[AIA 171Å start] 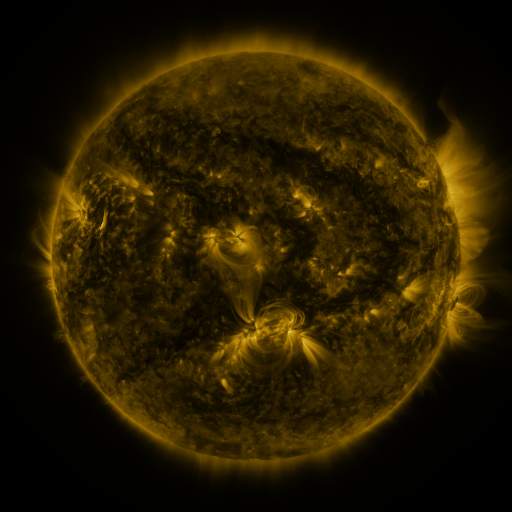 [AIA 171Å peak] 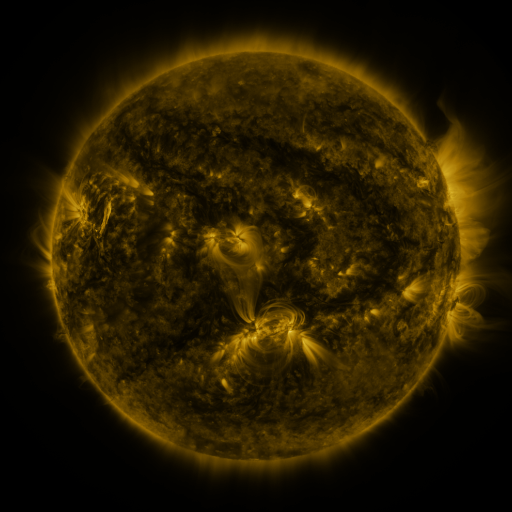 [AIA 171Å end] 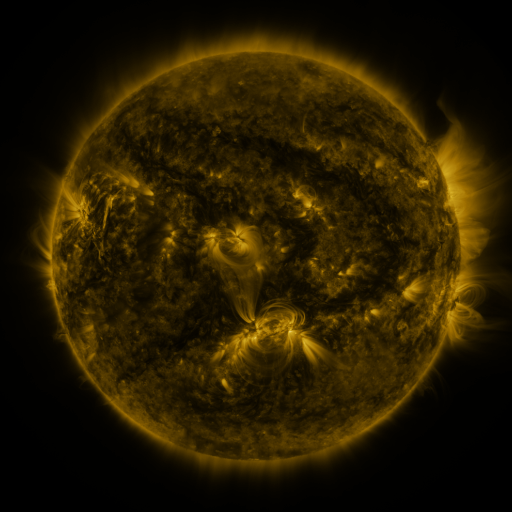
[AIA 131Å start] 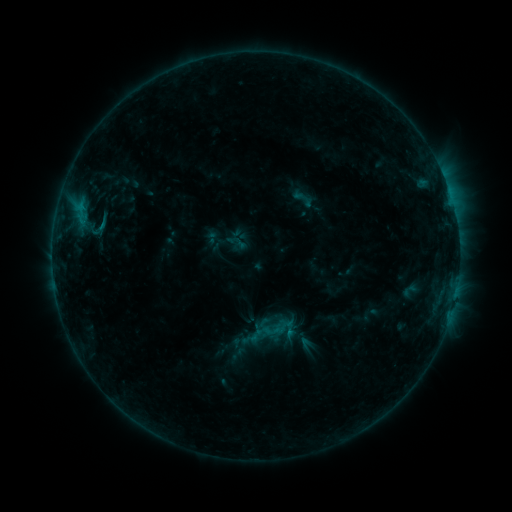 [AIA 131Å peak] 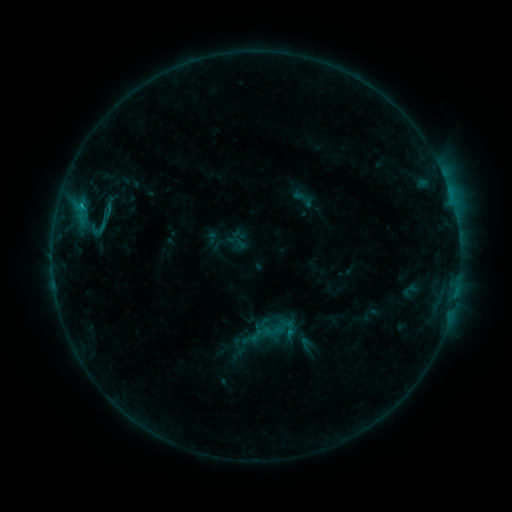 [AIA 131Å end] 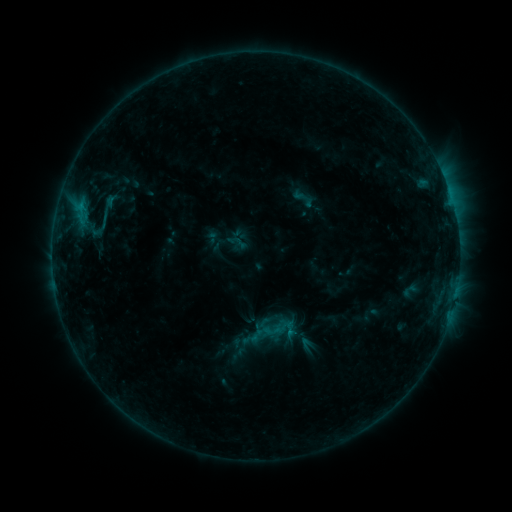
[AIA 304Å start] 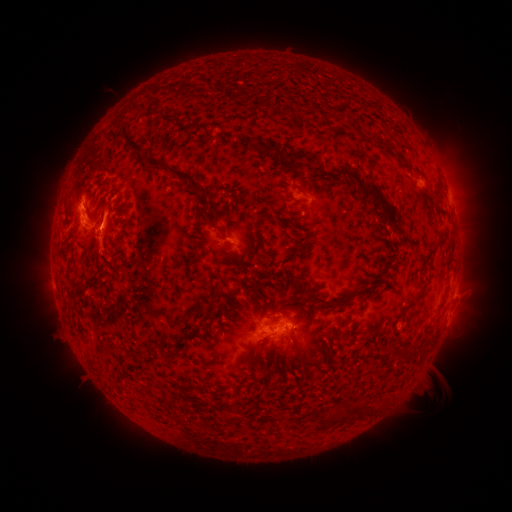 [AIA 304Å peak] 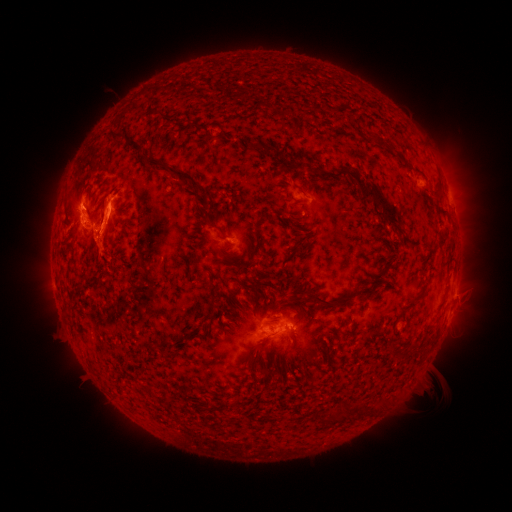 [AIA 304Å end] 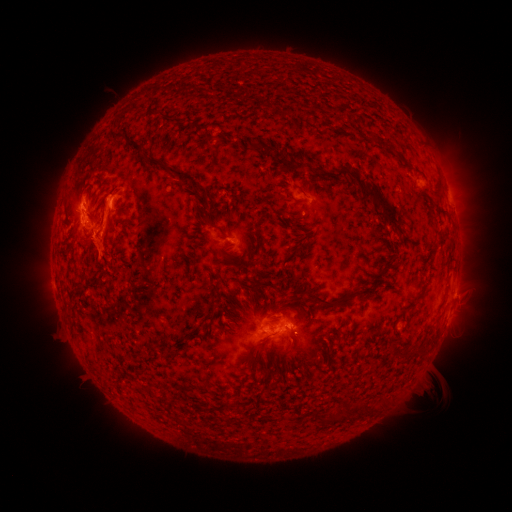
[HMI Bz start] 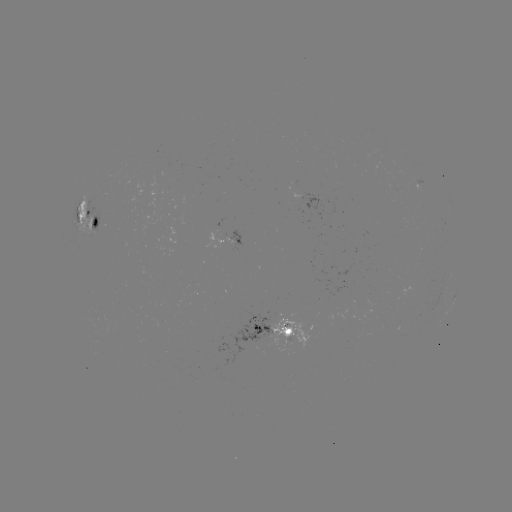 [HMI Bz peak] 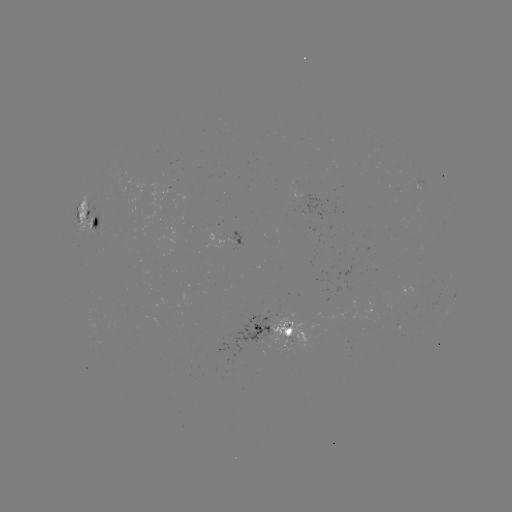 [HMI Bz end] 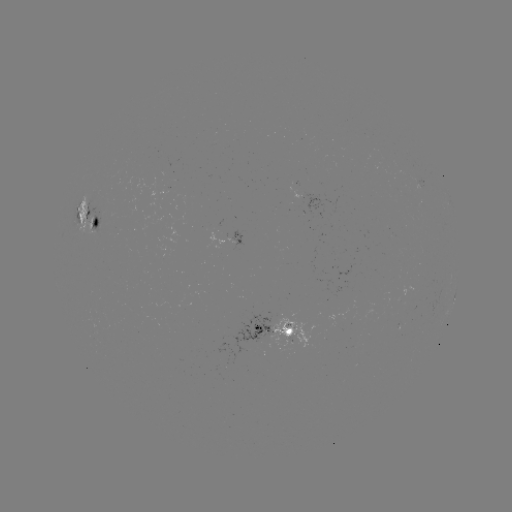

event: eruption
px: (112, 213)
